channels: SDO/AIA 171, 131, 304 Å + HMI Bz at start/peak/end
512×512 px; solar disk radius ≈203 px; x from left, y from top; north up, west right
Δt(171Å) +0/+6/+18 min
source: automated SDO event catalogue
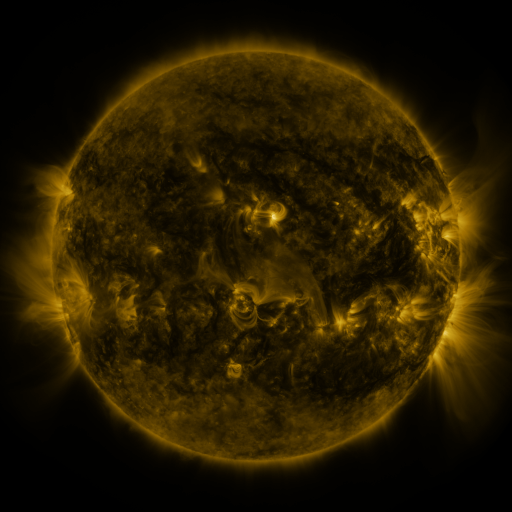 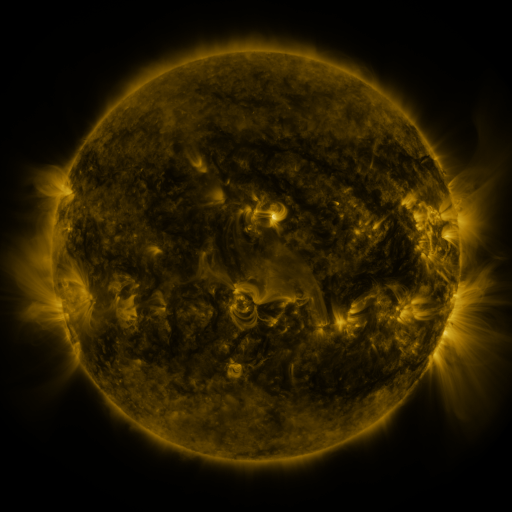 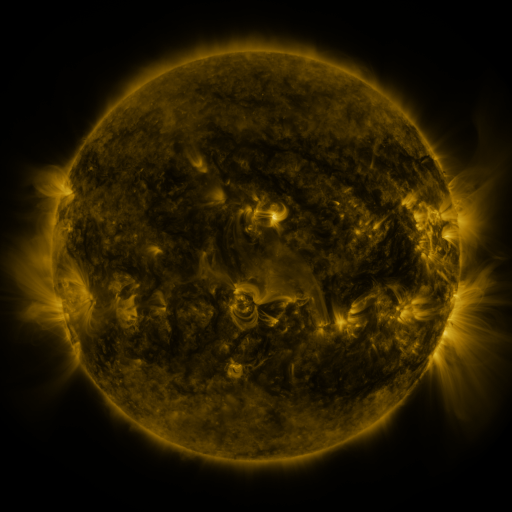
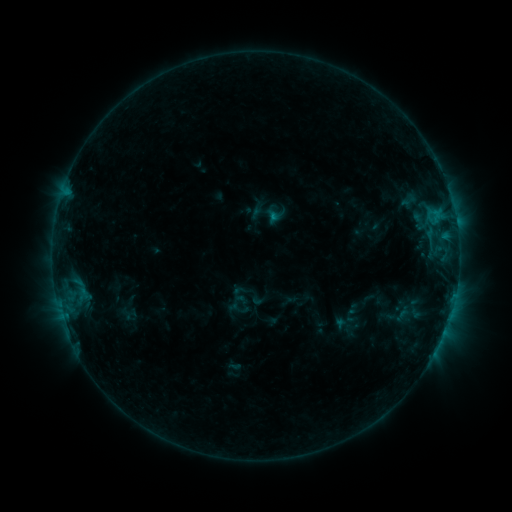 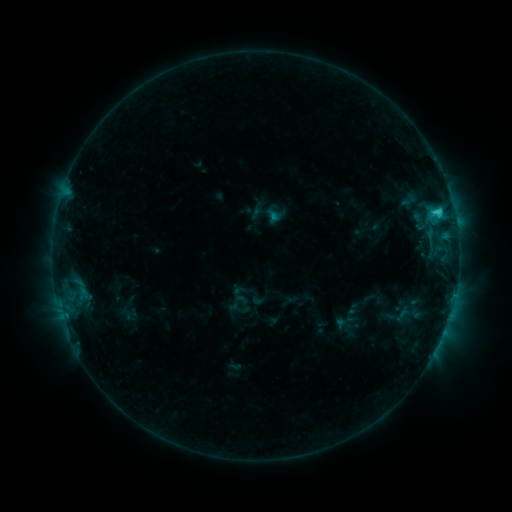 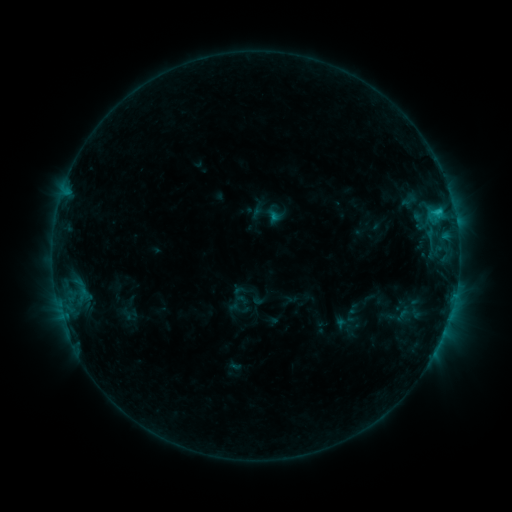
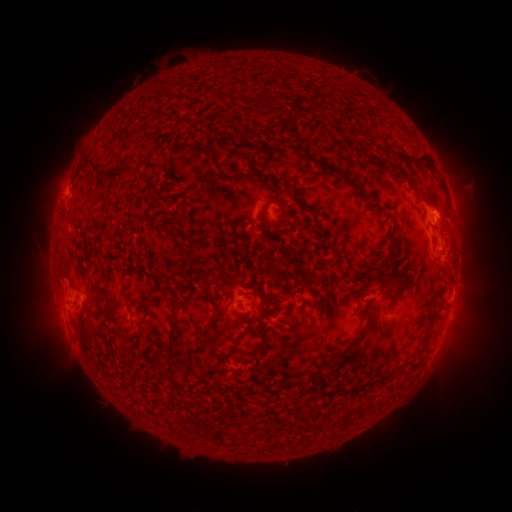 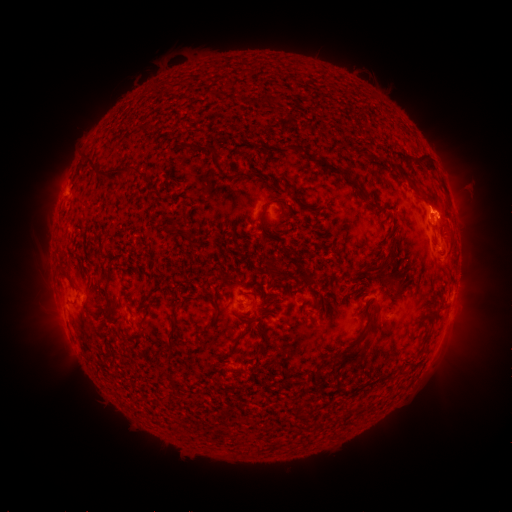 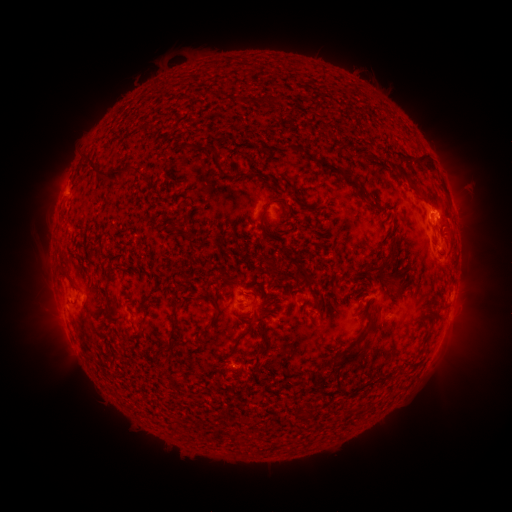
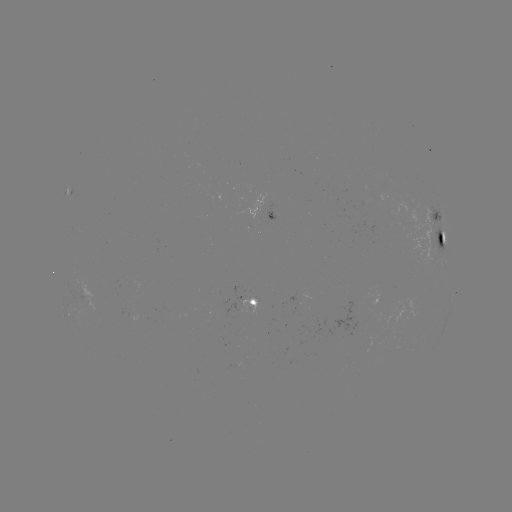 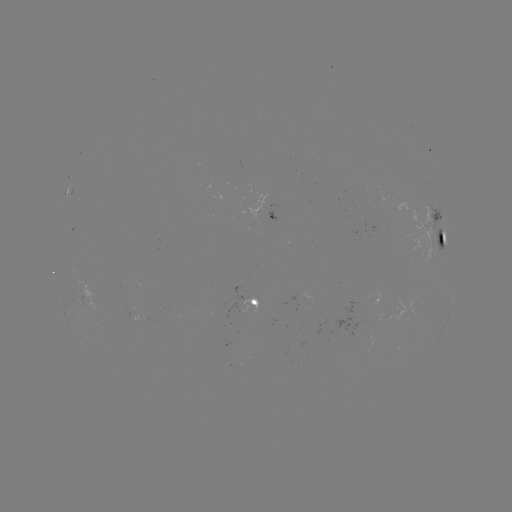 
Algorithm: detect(C2.2 flare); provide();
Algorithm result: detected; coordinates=[437, 212]